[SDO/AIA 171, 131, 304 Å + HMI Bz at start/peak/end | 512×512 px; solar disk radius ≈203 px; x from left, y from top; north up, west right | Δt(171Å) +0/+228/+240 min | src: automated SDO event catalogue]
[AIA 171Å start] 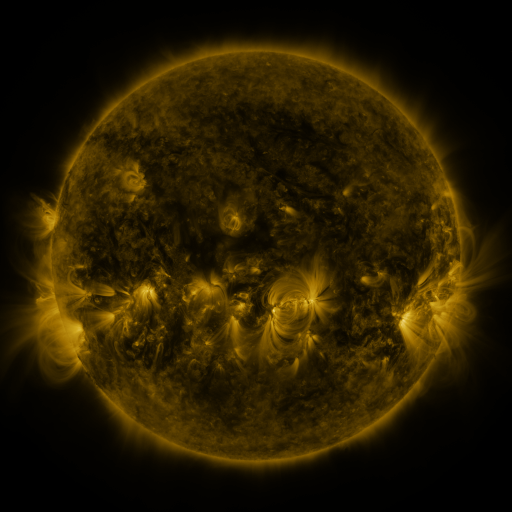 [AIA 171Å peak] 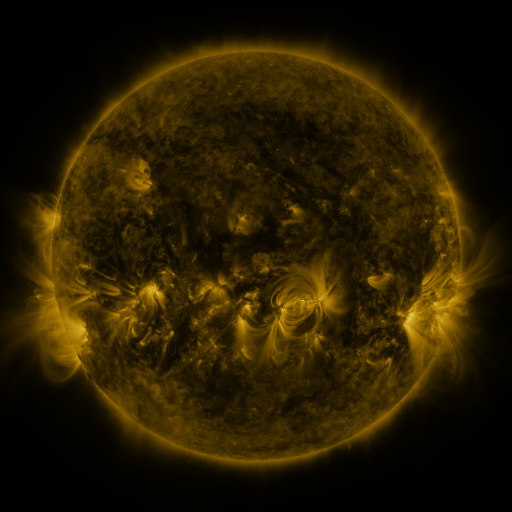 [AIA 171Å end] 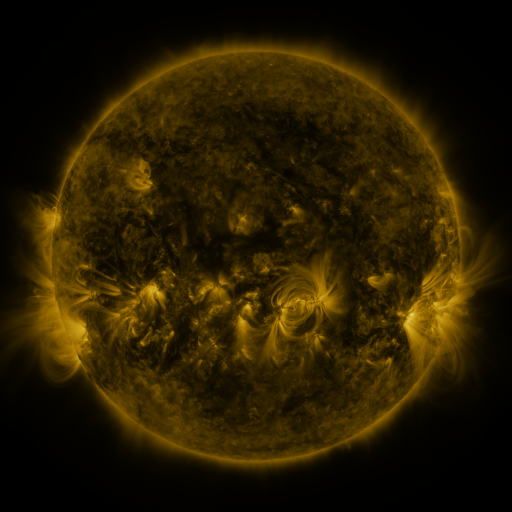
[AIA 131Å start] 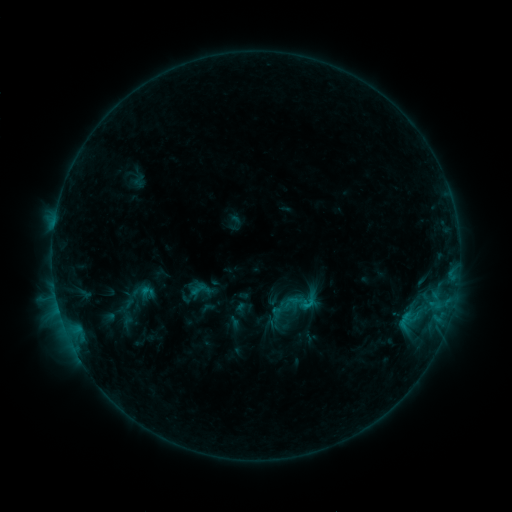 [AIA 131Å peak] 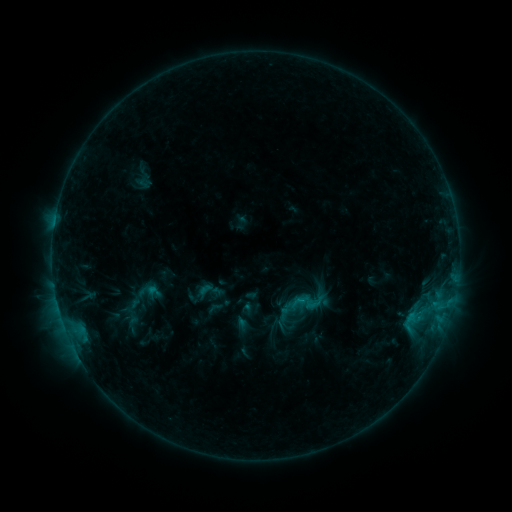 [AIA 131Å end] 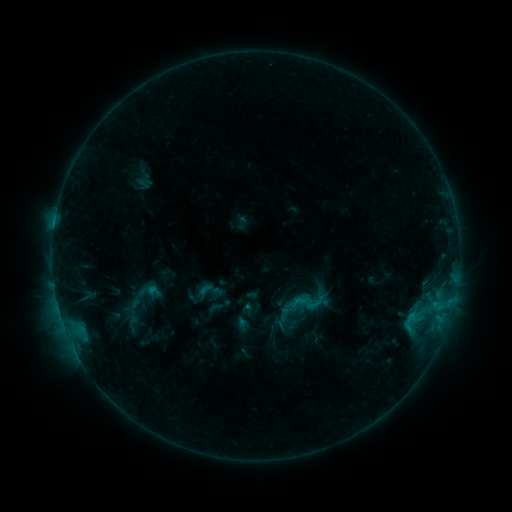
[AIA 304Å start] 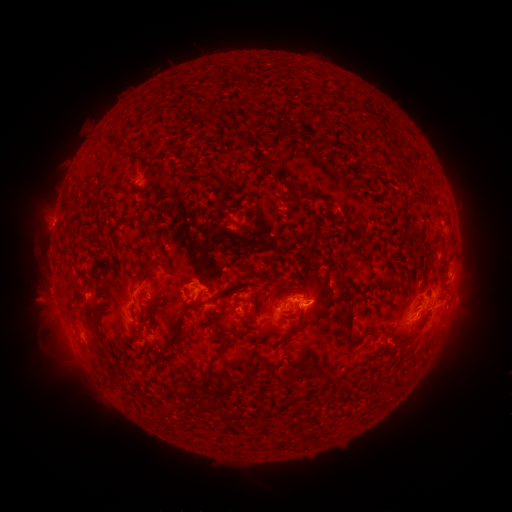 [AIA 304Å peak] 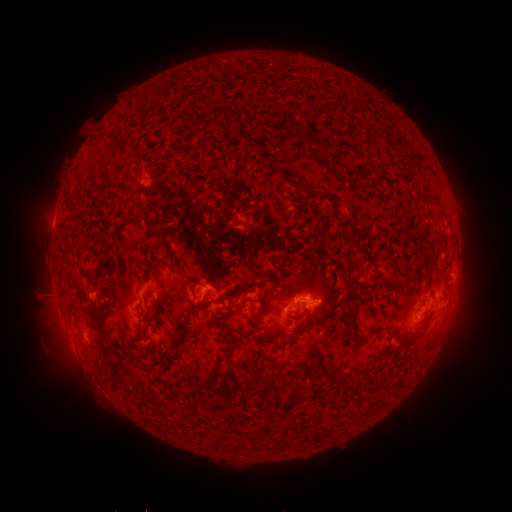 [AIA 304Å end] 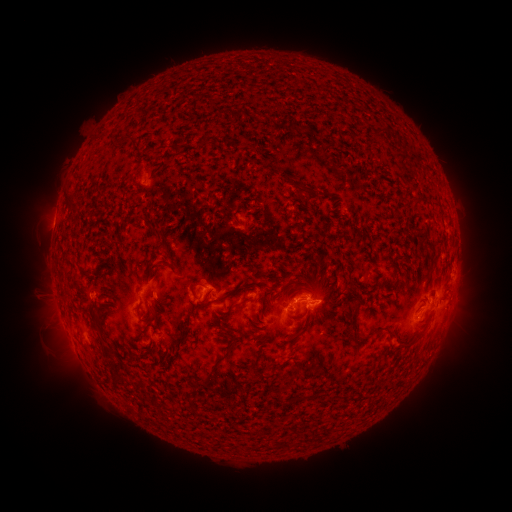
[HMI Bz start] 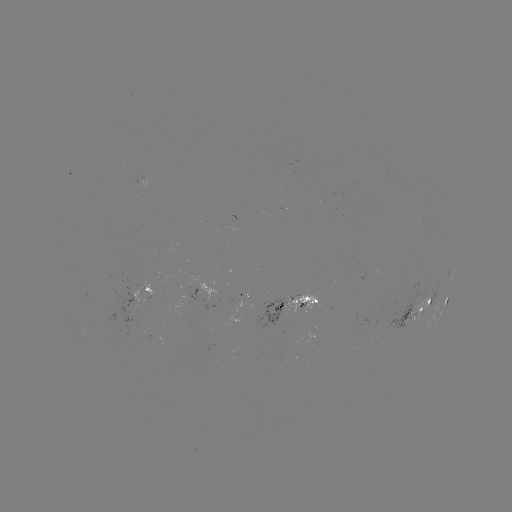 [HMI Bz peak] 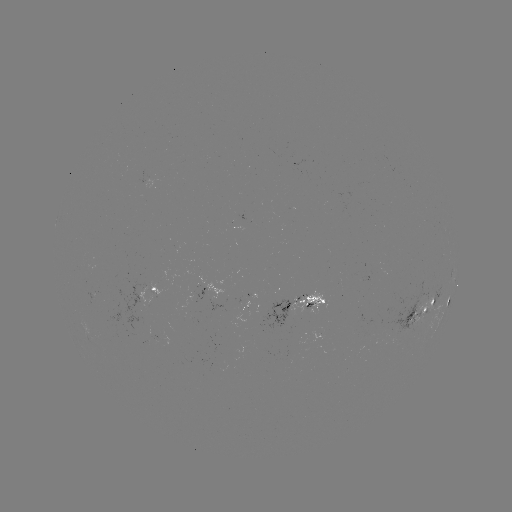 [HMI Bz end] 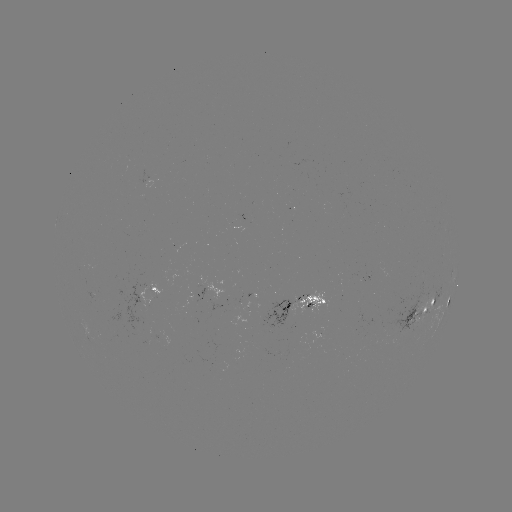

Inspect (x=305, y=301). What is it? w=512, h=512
emerging-flux region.